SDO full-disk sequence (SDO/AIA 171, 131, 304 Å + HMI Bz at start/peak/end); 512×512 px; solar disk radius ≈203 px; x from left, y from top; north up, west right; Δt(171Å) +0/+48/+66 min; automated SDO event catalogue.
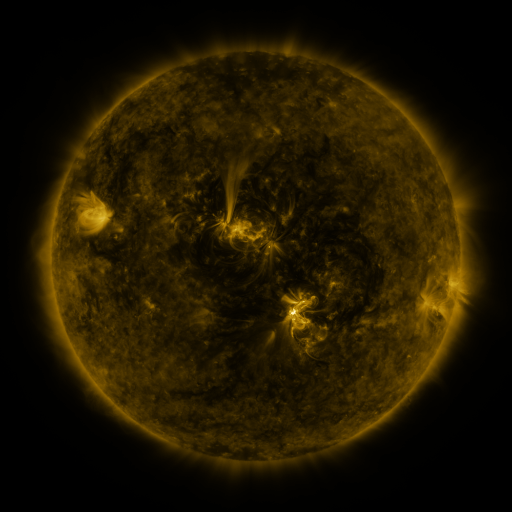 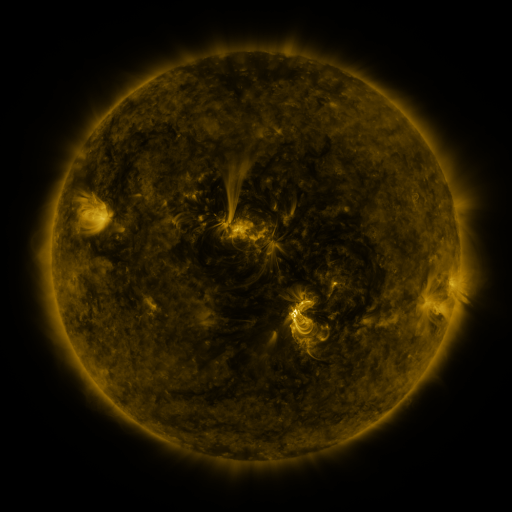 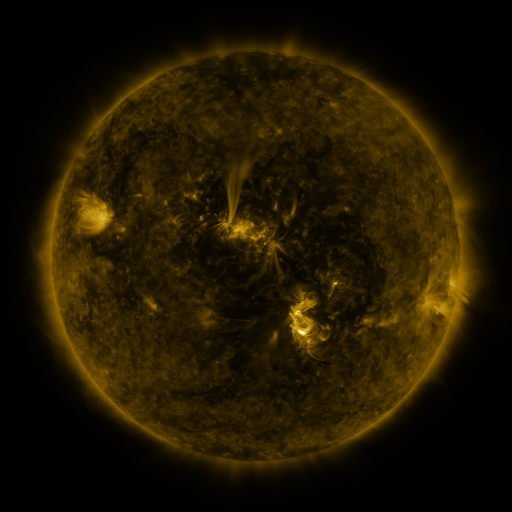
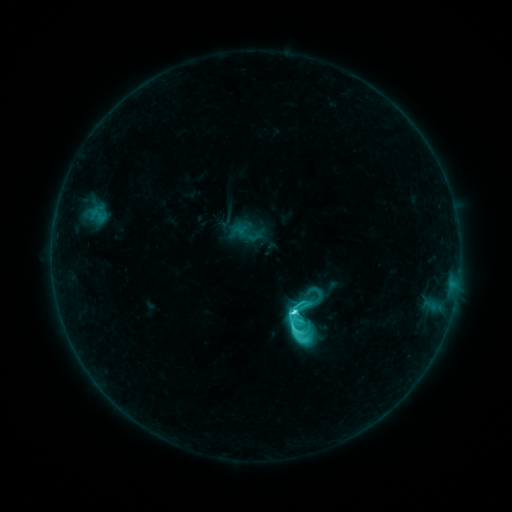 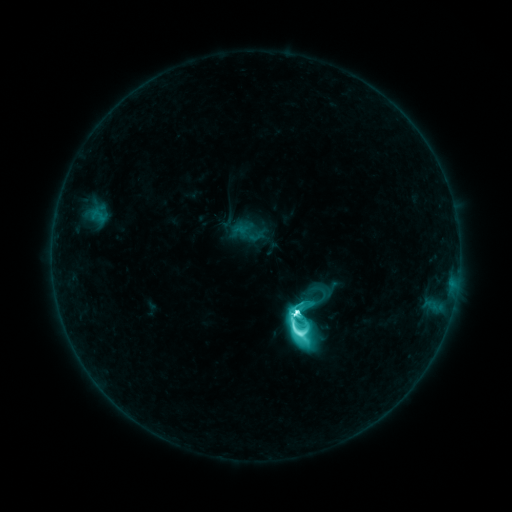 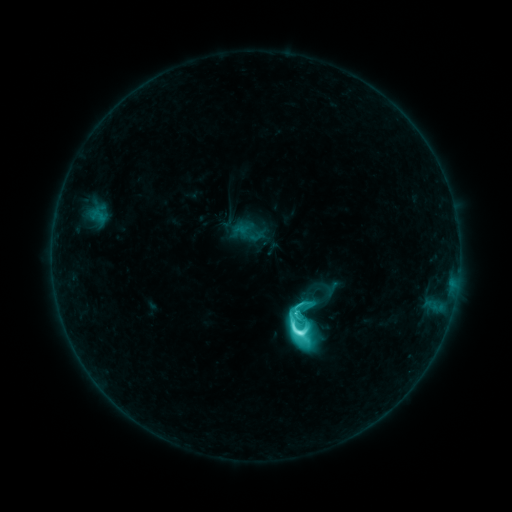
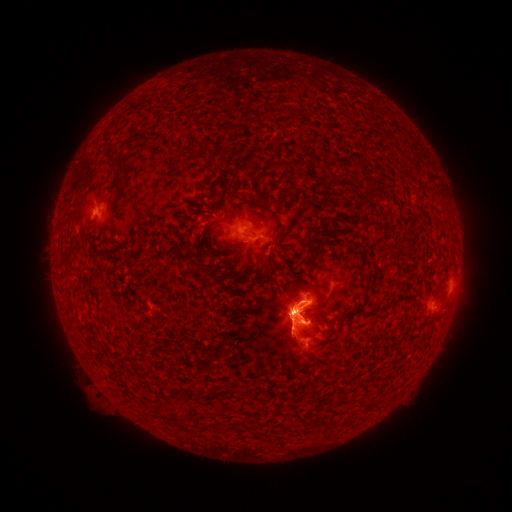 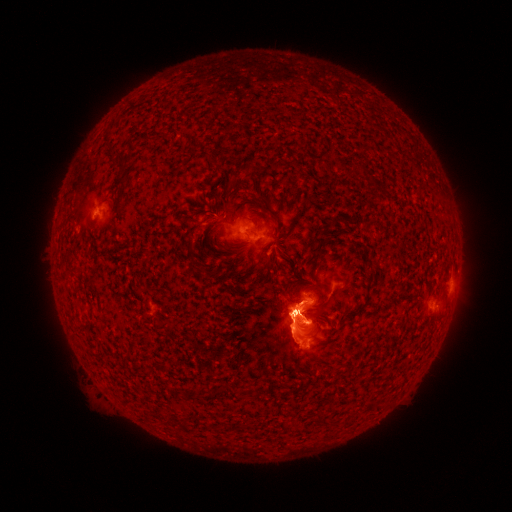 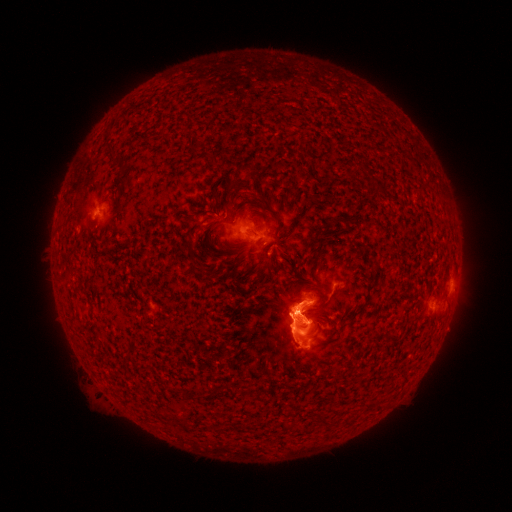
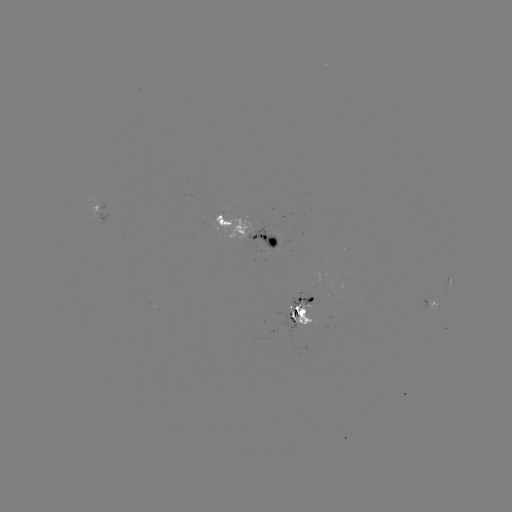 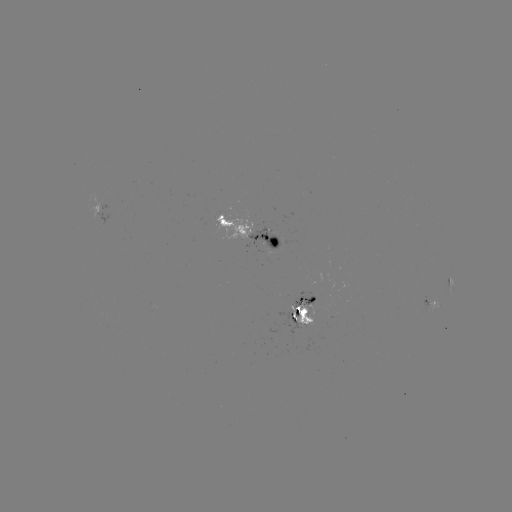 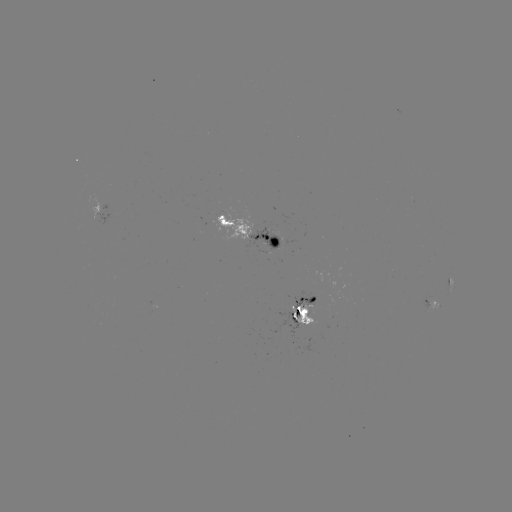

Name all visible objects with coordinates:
M1.7 flare: (294, 312)
